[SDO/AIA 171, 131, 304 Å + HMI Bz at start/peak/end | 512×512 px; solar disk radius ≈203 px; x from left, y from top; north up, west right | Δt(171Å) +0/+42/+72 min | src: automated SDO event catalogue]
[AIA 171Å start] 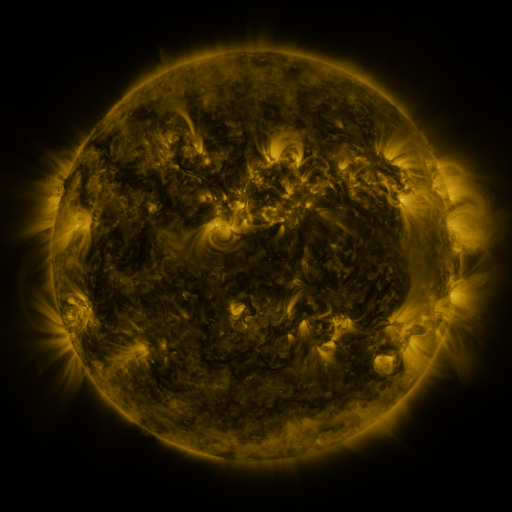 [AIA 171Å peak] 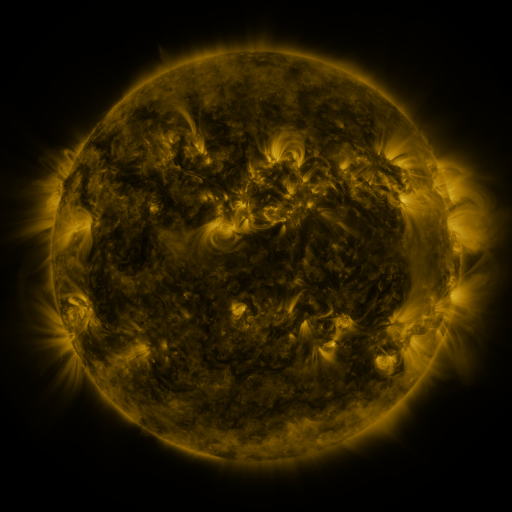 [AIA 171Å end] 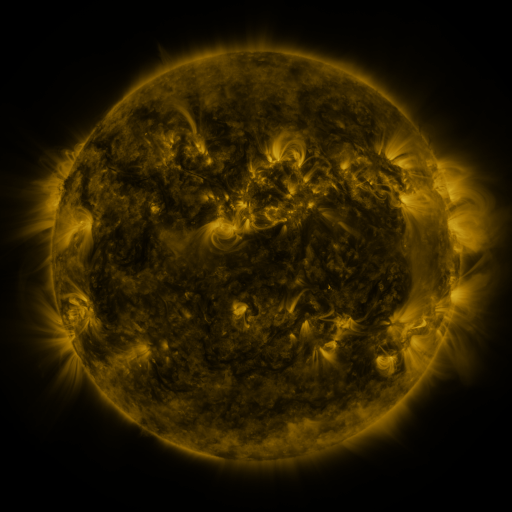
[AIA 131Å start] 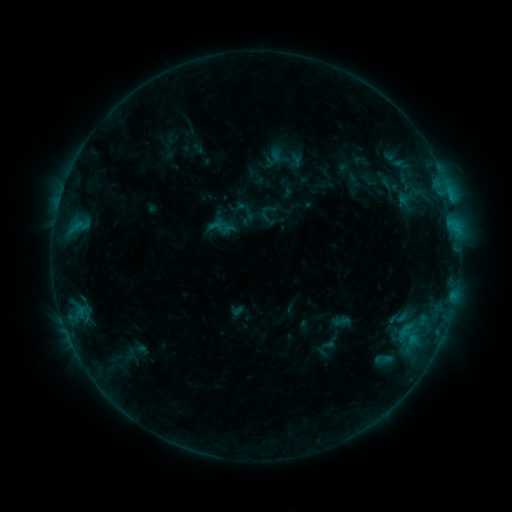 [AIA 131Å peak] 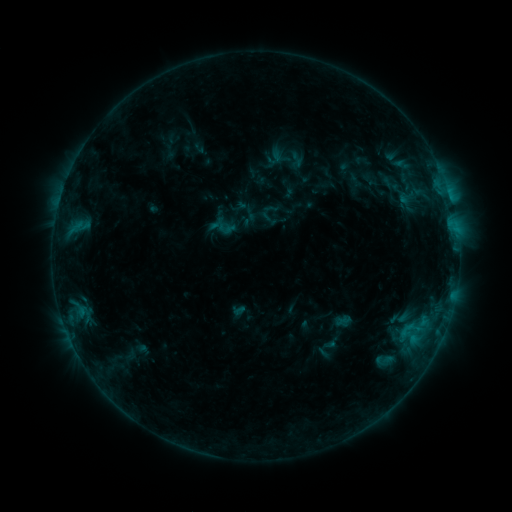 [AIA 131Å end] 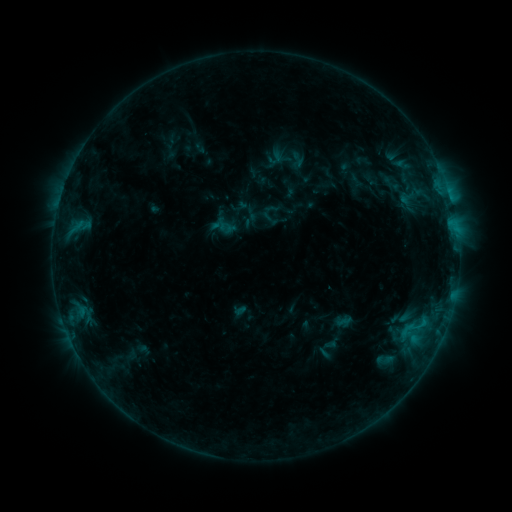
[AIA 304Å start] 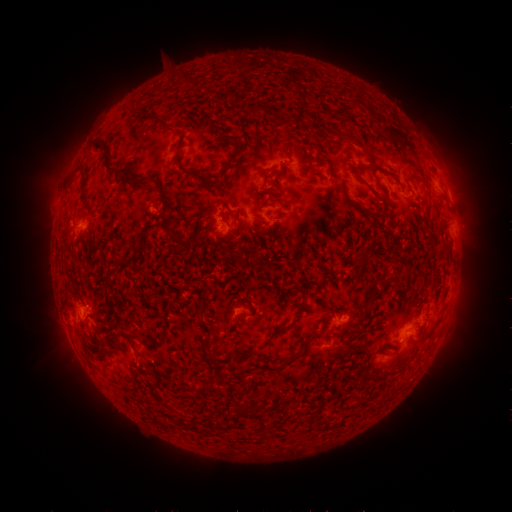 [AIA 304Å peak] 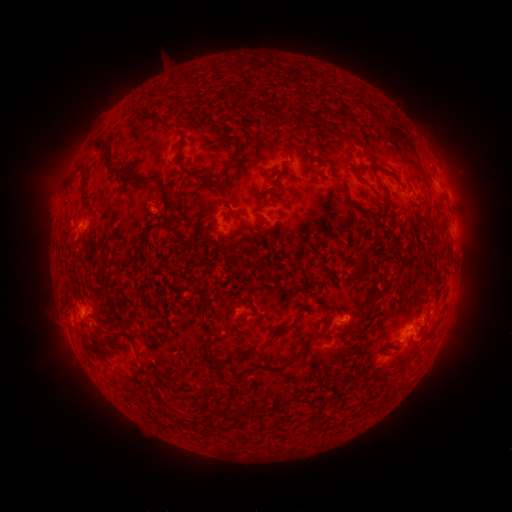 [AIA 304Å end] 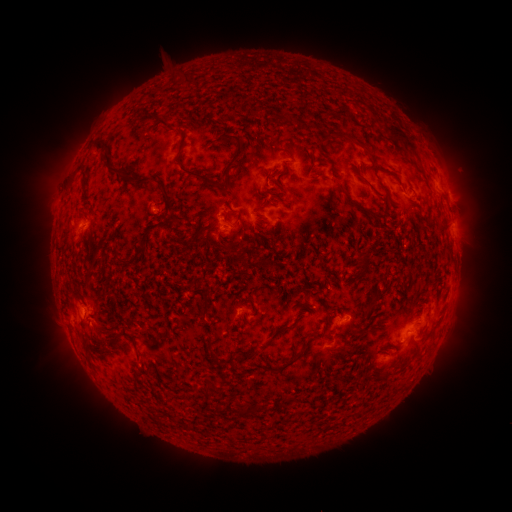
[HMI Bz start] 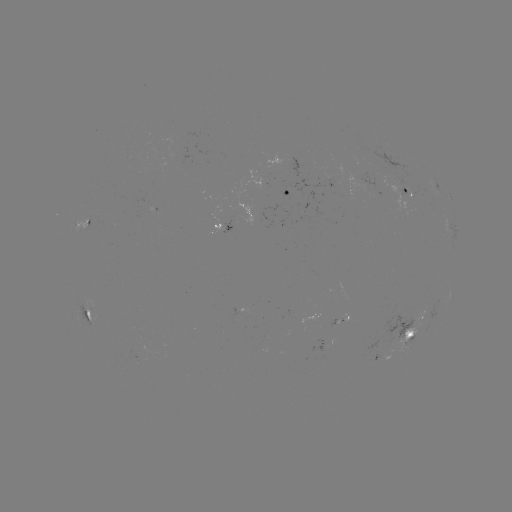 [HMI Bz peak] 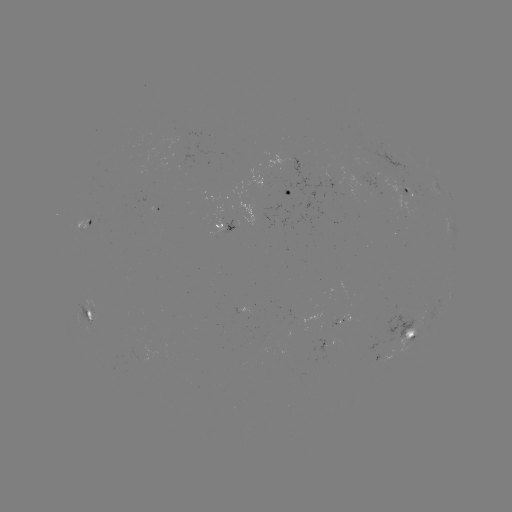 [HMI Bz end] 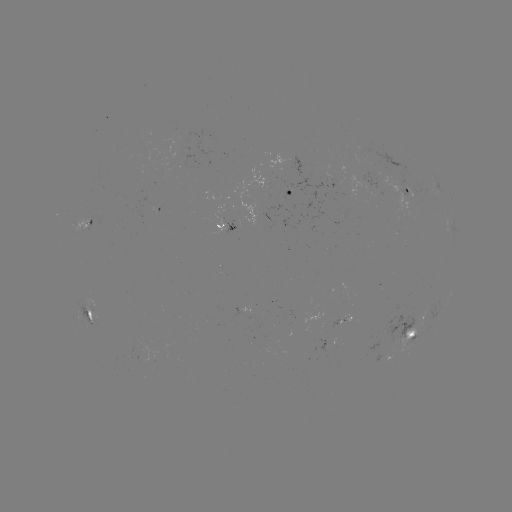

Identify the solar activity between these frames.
B8.3 flare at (424, 322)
